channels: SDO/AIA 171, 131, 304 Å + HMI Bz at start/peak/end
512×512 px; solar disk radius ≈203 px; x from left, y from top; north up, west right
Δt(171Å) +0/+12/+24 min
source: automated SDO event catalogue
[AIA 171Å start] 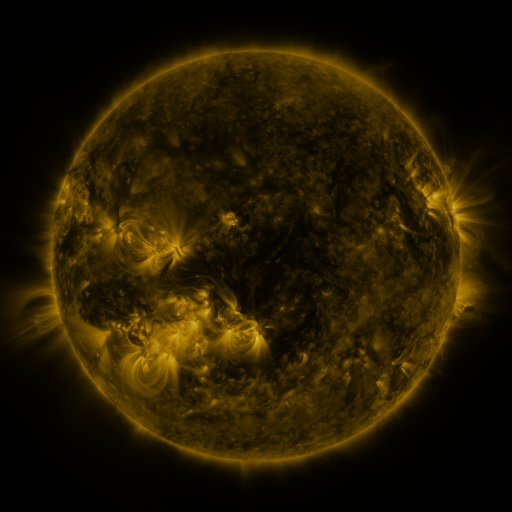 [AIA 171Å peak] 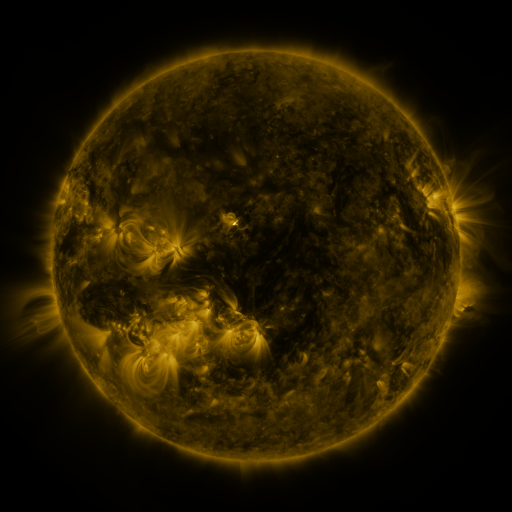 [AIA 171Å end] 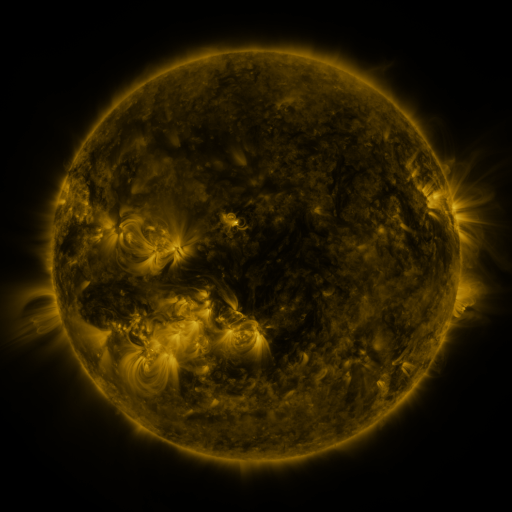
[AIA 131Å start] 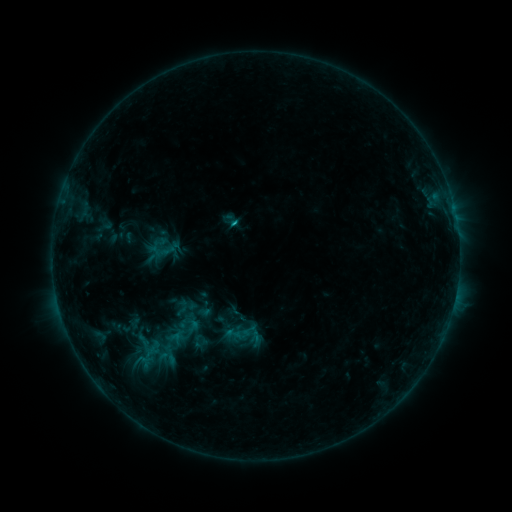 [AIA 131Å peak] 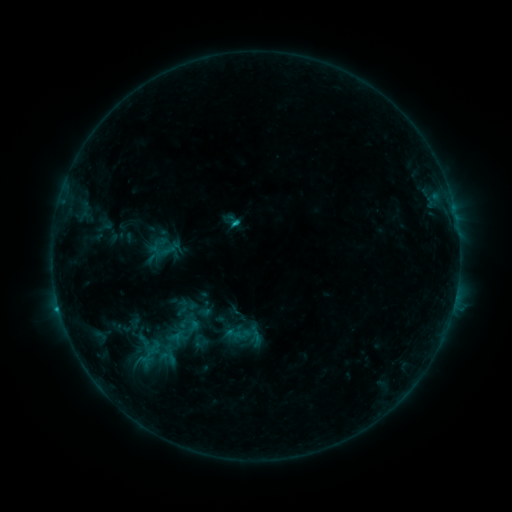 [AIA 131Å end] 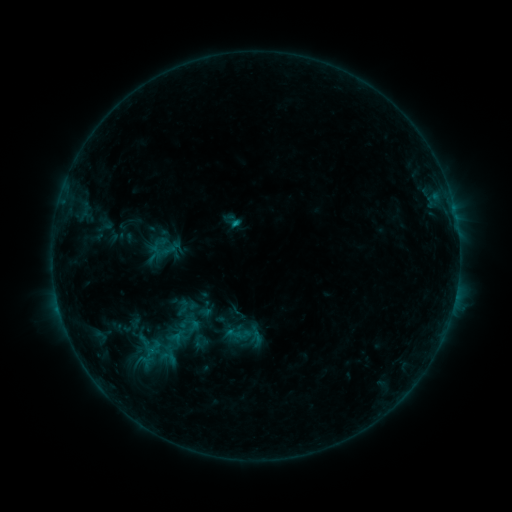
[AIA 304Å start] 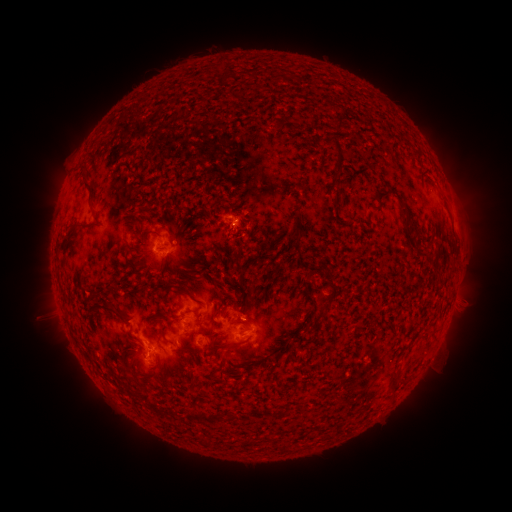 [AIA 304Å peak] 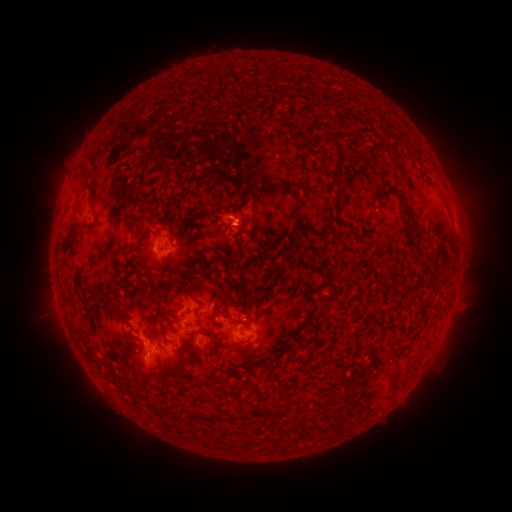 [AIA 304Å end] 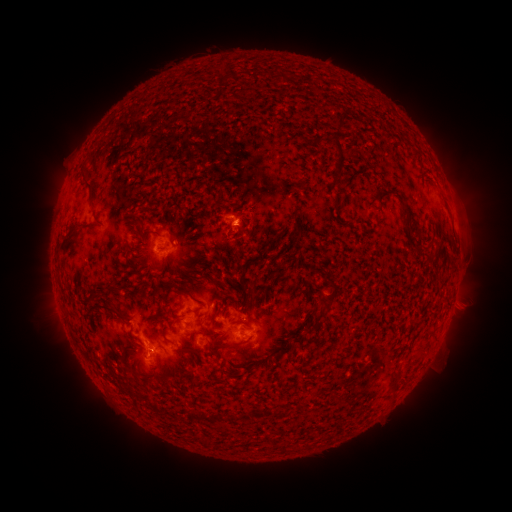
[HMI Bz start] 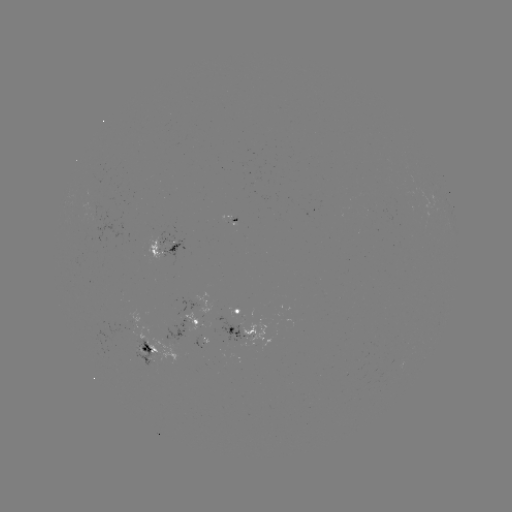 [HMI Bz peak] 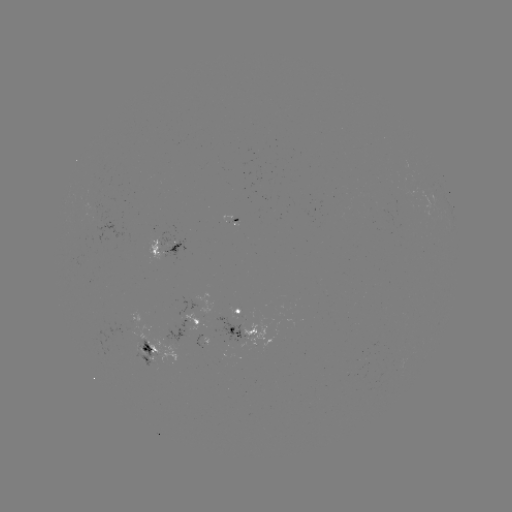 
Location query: B9.9 flare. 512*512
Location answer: (238, 225).